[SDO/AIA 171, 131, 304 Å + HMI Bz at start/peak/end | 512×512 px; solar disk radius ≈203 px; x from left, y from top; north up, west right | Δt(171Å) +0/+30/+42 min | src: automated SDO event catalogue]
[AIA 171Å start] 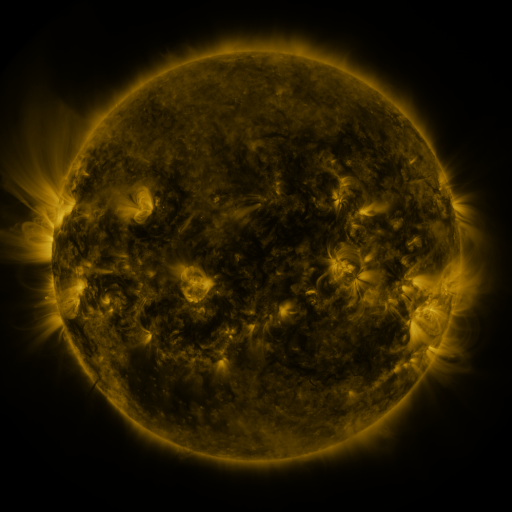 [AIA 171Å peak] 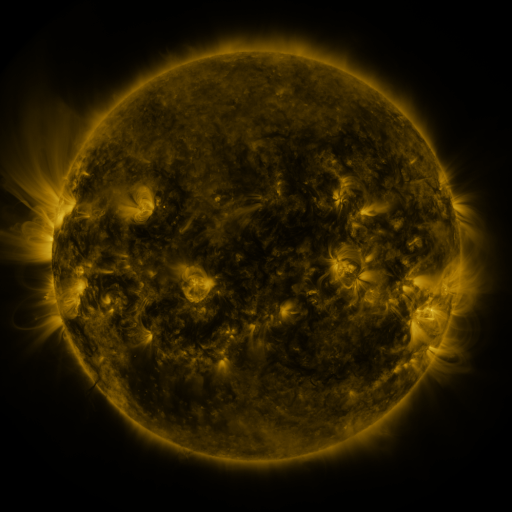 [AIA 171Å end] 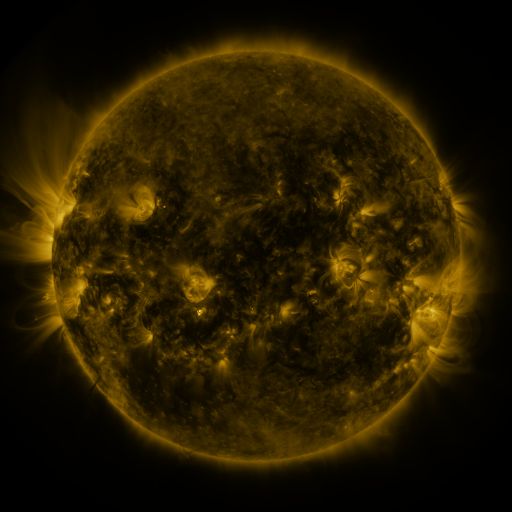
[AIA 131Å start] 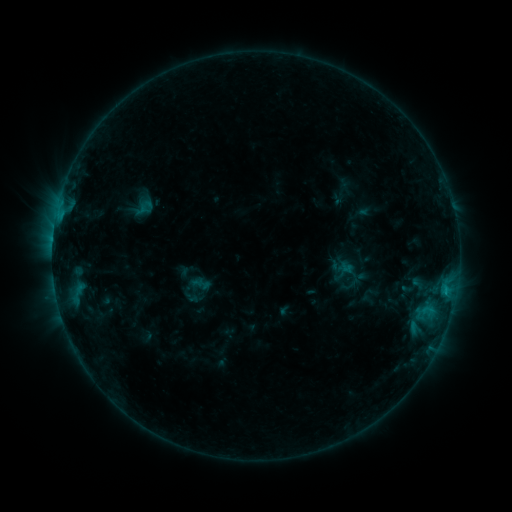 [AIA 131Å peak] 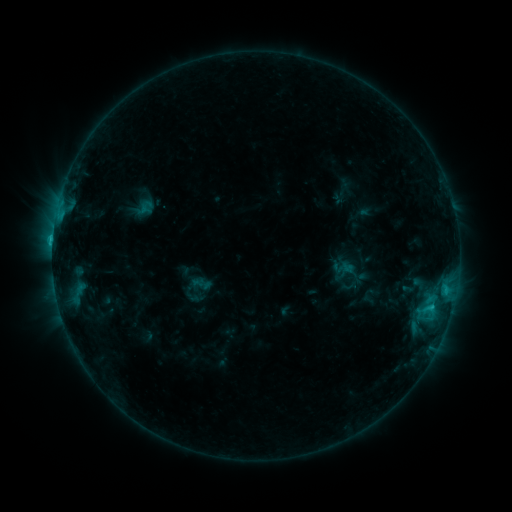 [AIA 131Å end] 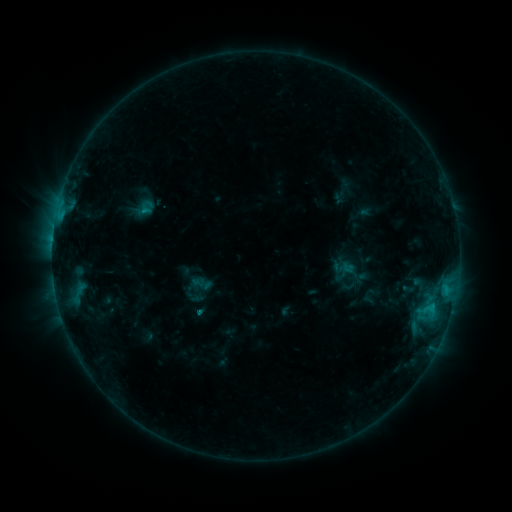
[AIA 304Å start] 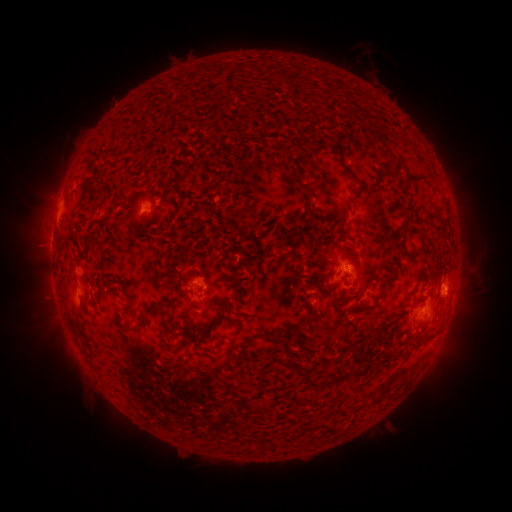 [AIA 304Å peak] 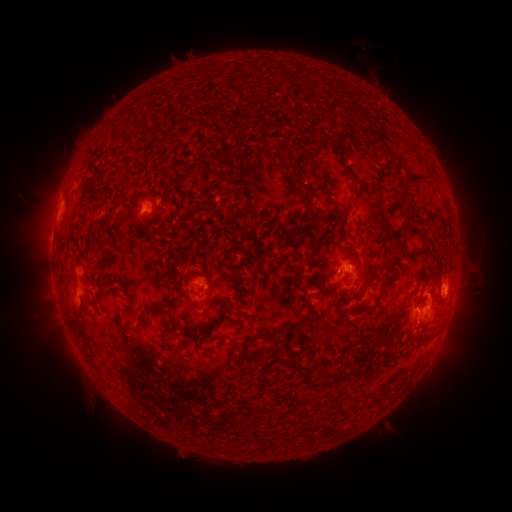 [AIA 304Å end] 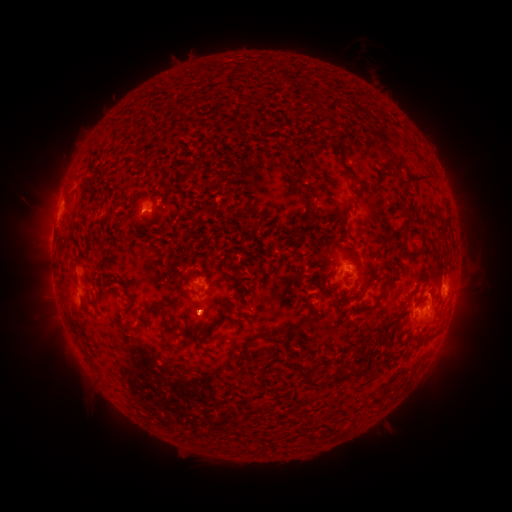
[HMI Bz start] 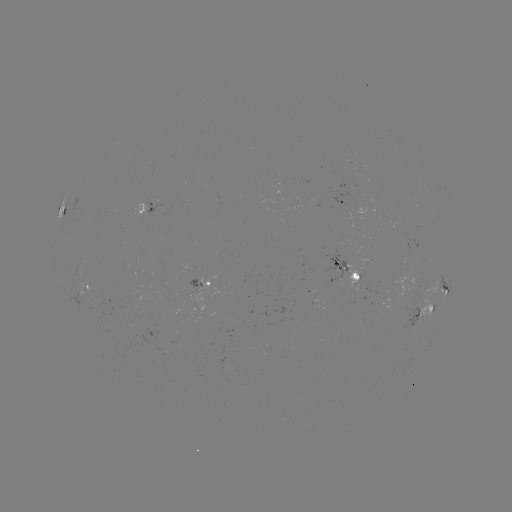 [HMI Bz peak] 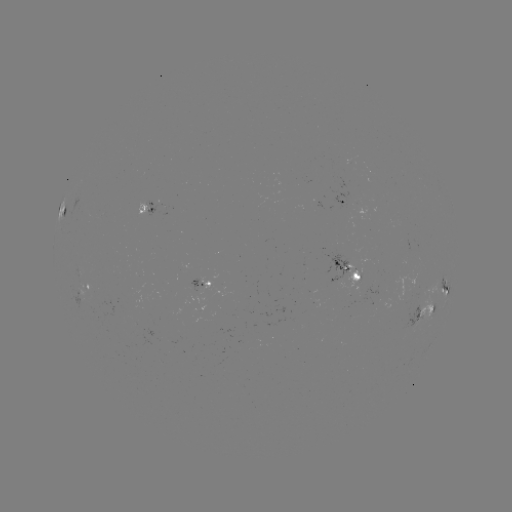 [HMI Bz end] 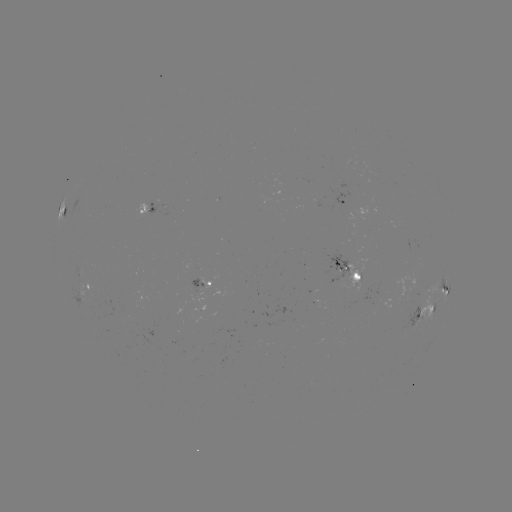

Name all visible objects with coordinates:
C1.9 flare: (431, 306)
